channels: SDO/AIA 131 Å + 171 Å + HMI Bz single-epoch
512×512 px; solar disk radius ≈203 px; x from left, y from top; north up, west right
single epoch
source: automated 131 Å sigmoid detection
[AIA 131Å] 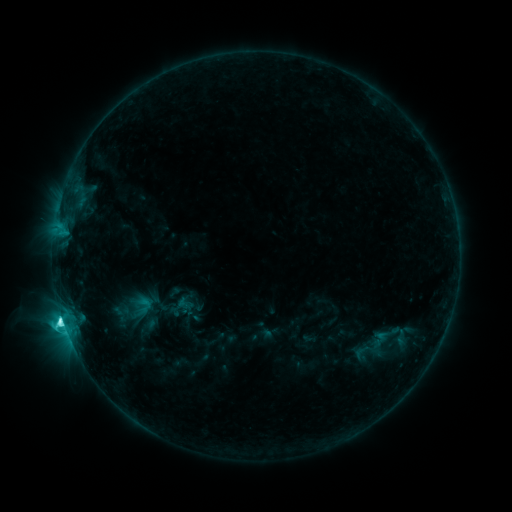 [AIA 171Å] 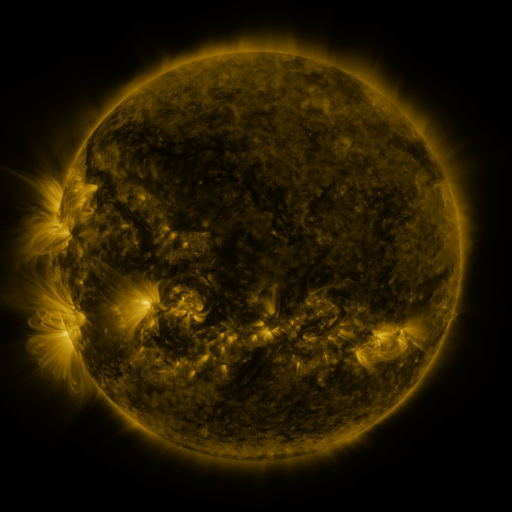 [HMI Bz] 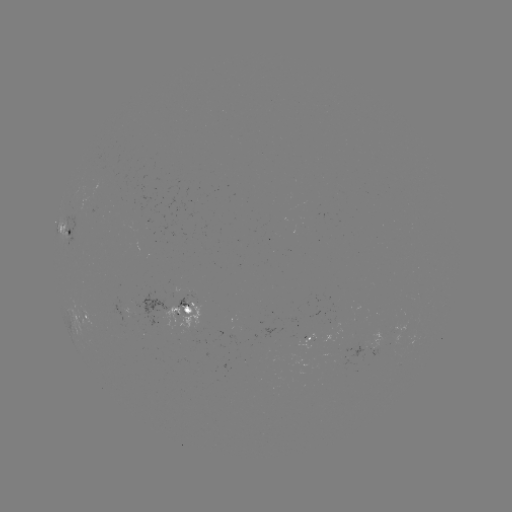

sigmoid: <bbox>132, 294, 156, 316</bbox>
